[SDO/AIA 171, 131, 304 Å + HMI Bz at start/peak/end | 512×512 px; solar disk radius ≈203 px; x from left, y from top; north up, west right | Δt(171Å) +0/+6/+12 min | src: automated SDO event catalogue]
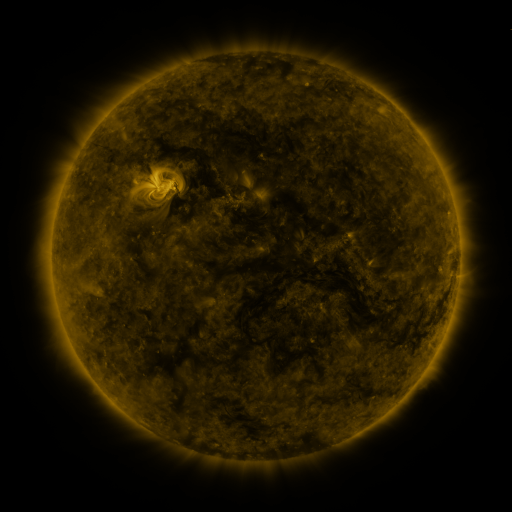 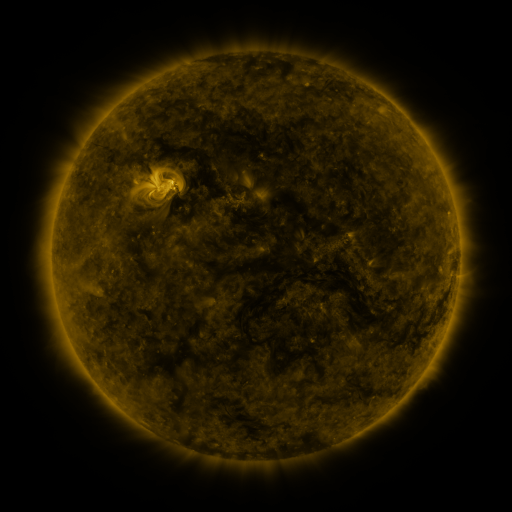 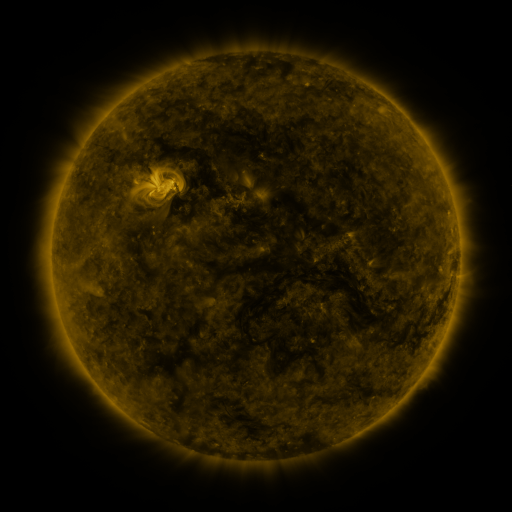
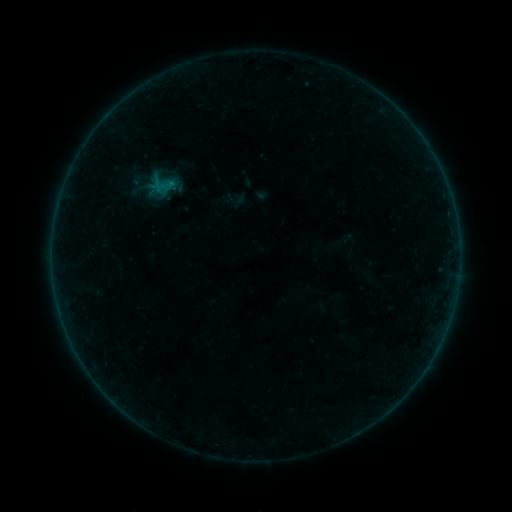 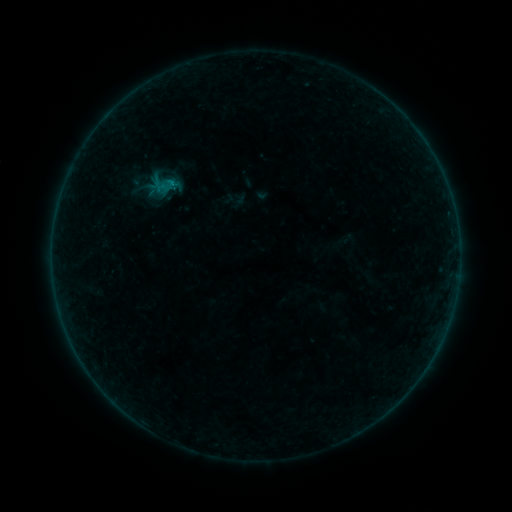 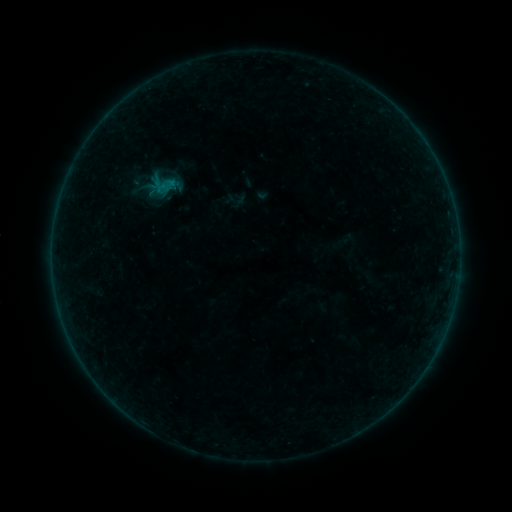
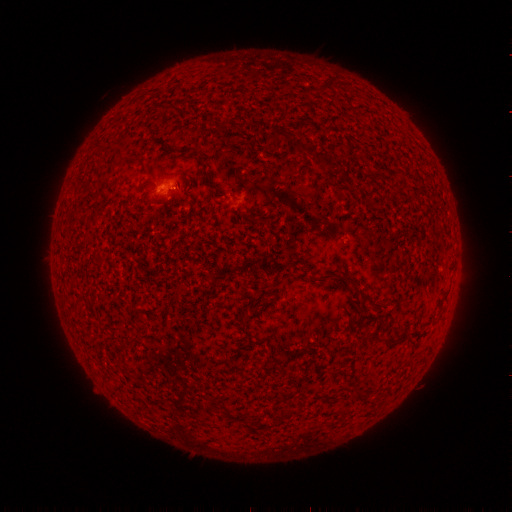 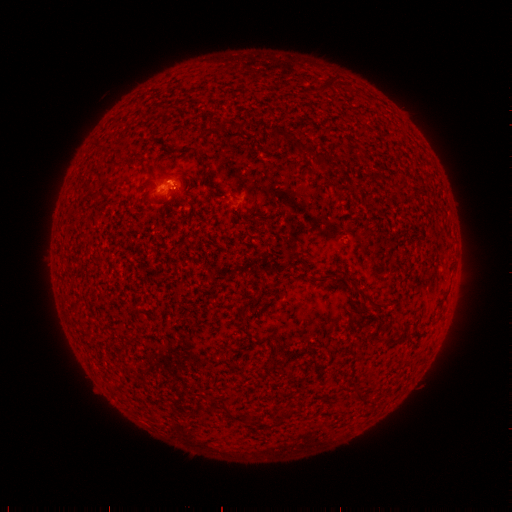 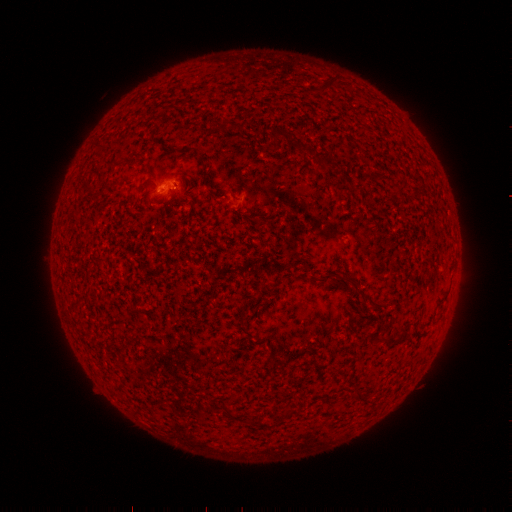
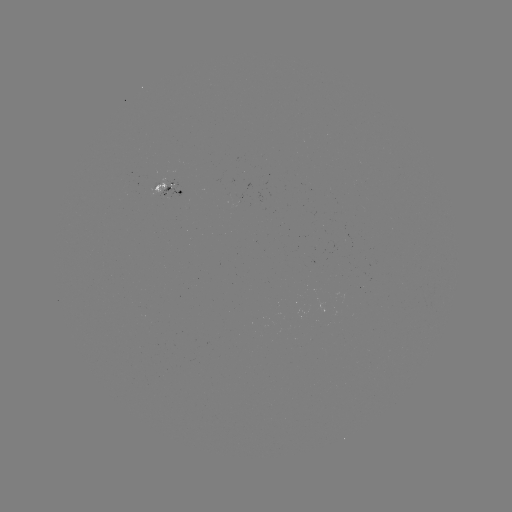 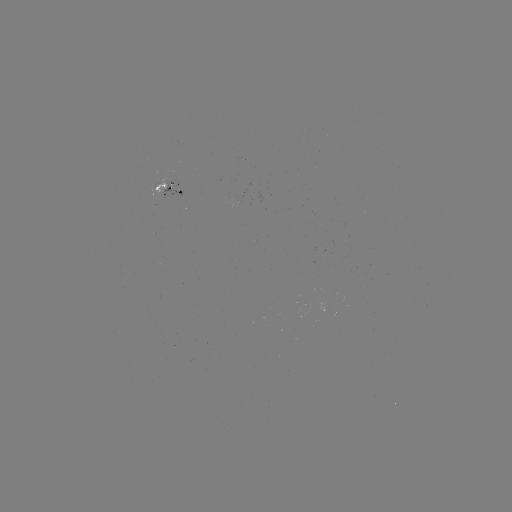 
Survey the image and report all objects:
B1.5 flare: (174, 184)
